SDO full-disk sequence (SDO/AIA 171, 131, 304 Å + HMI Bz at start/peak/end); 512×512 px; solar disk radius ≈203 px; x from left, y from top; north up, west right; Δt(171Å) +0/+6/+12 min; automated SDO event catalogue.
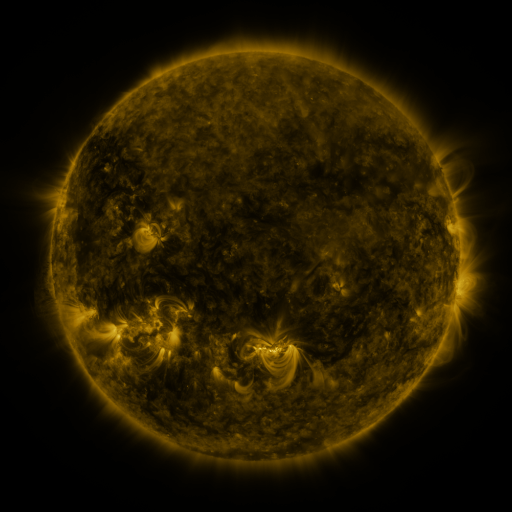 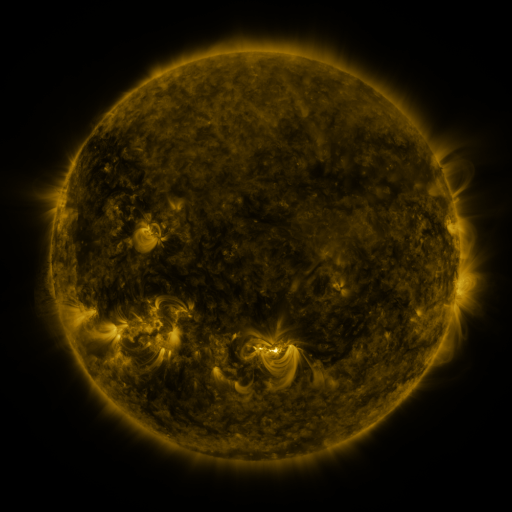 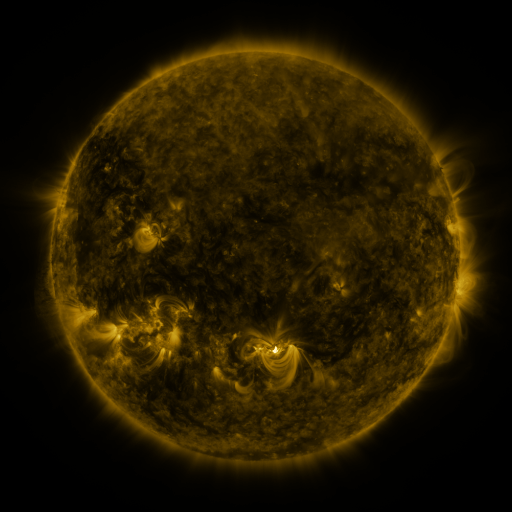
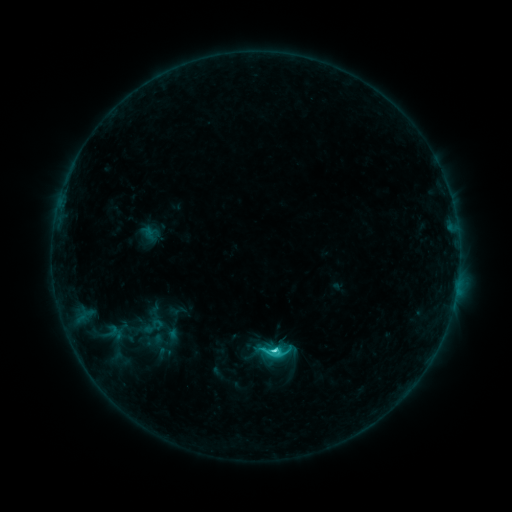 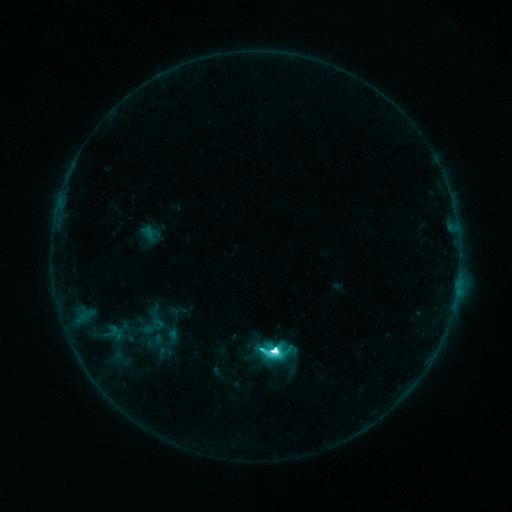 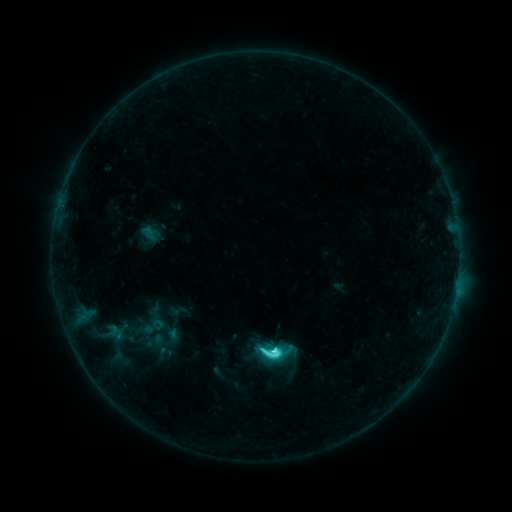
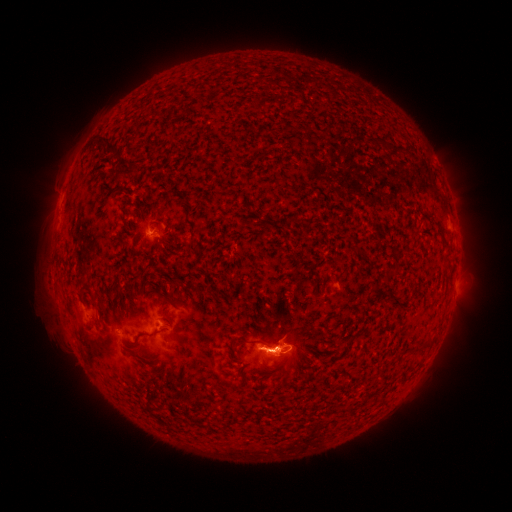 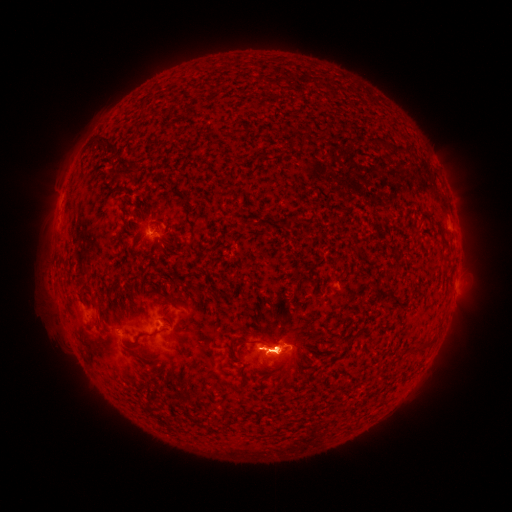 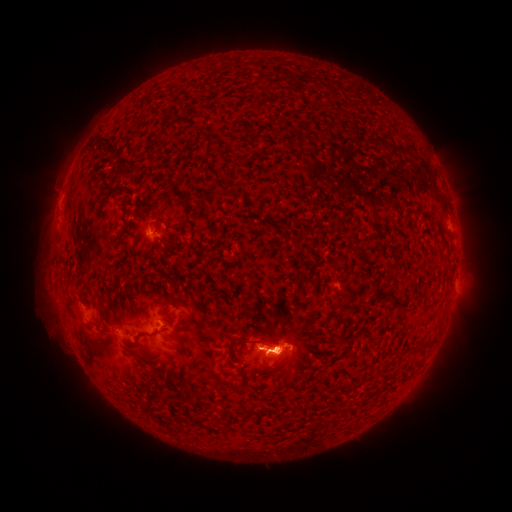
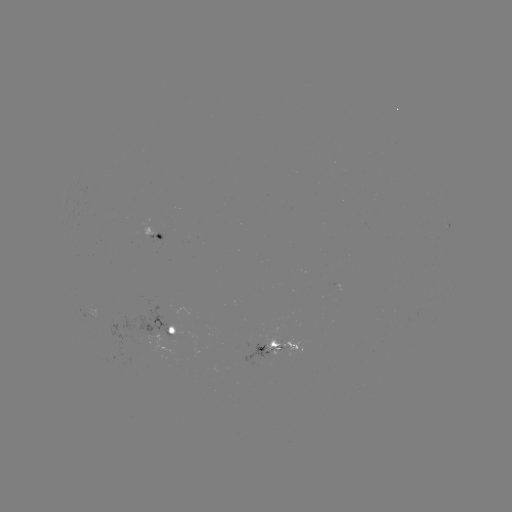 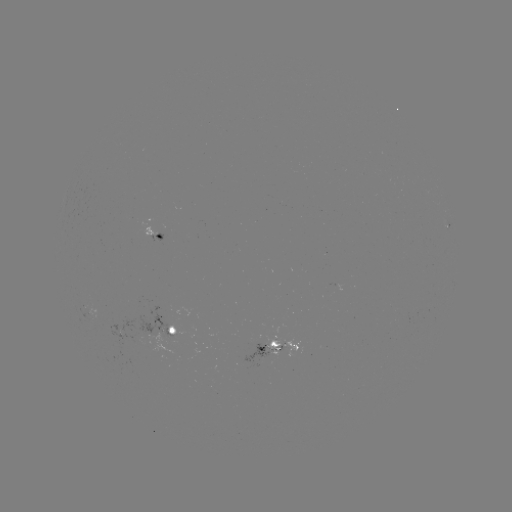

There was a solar flare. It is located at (272, 349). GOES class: M1.1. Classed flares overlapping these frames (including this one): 1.